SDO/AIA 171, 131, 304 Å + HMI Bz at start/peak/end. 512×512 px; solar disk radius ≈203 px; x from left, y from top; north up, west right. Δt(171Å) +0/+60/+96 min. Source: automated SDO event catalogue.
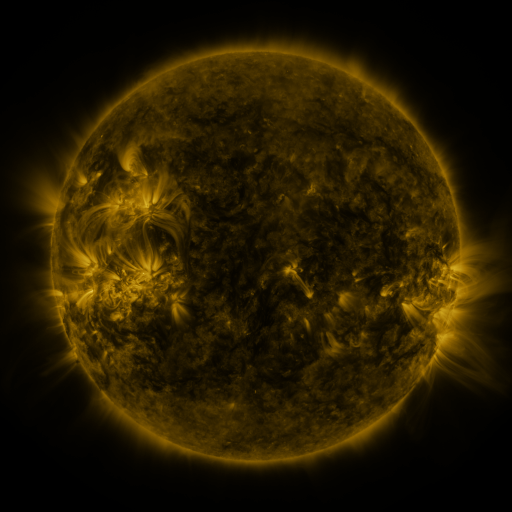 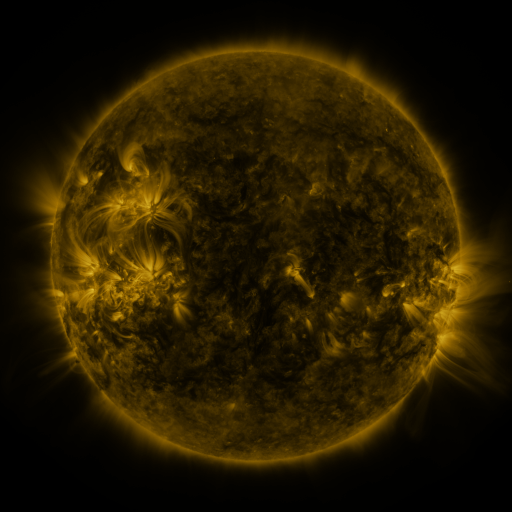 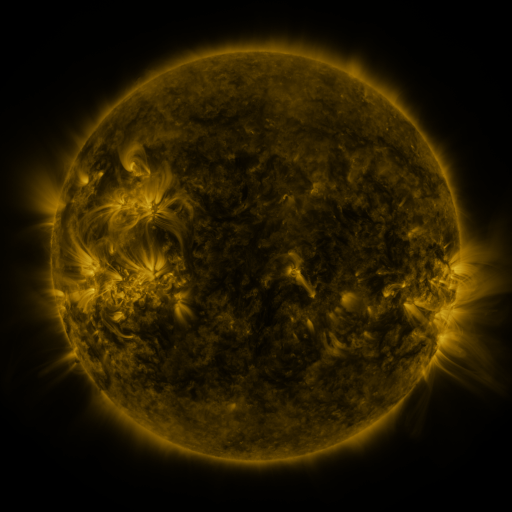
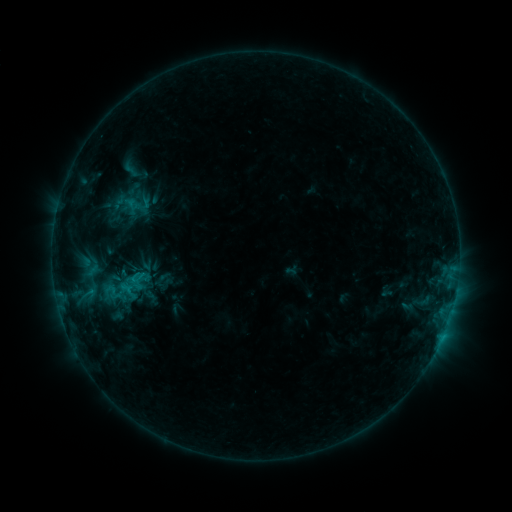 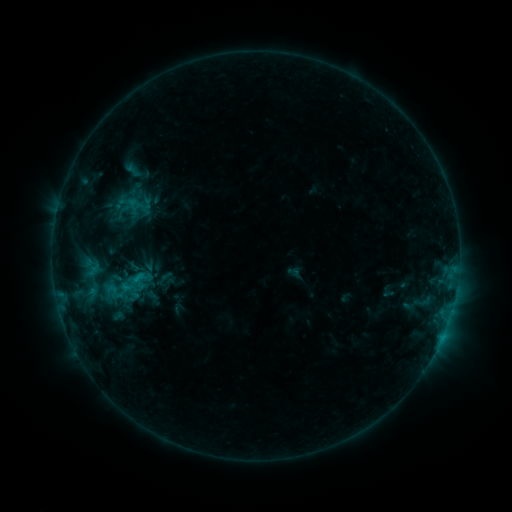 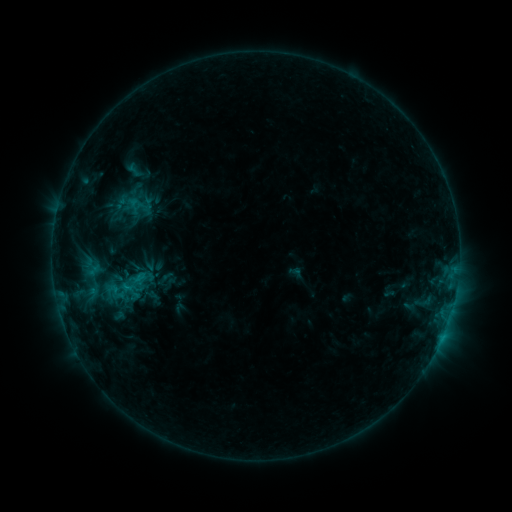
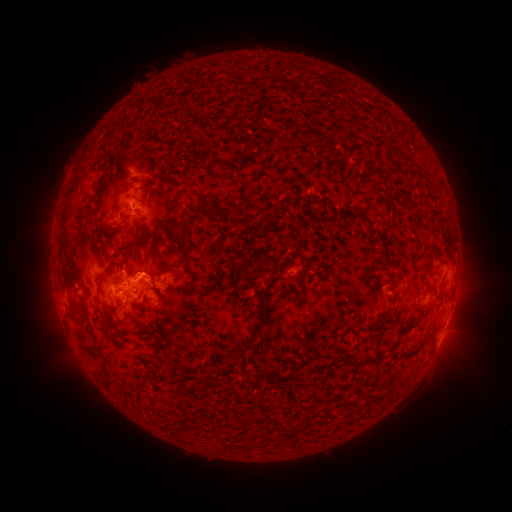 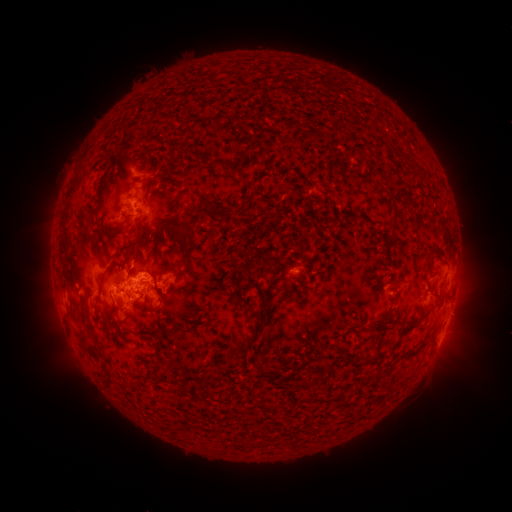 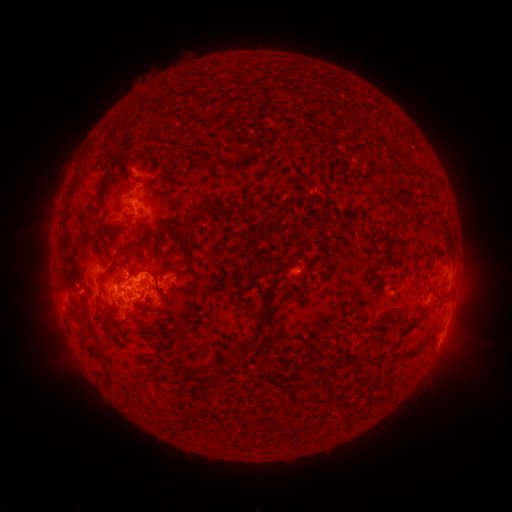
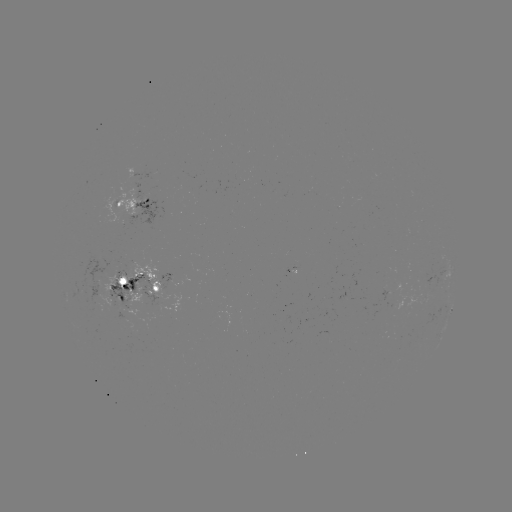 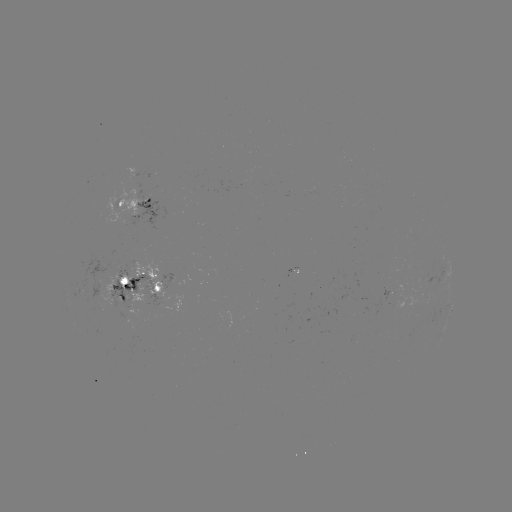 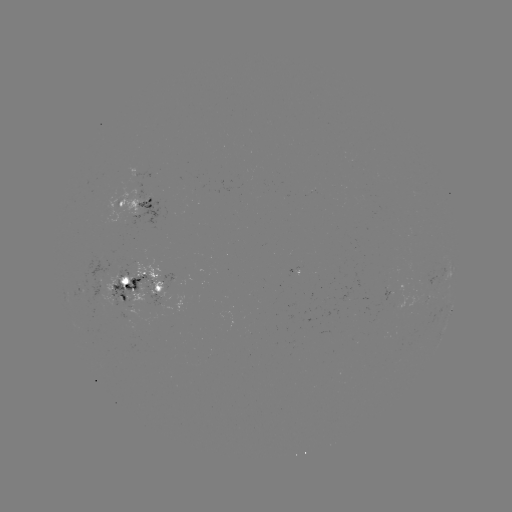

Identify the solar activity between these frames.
emerging-flux region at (401, 304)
